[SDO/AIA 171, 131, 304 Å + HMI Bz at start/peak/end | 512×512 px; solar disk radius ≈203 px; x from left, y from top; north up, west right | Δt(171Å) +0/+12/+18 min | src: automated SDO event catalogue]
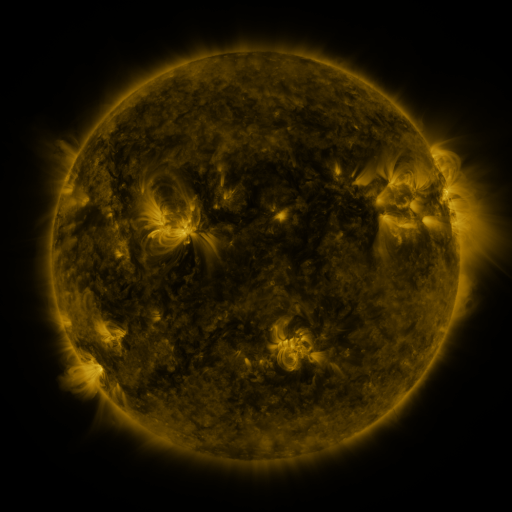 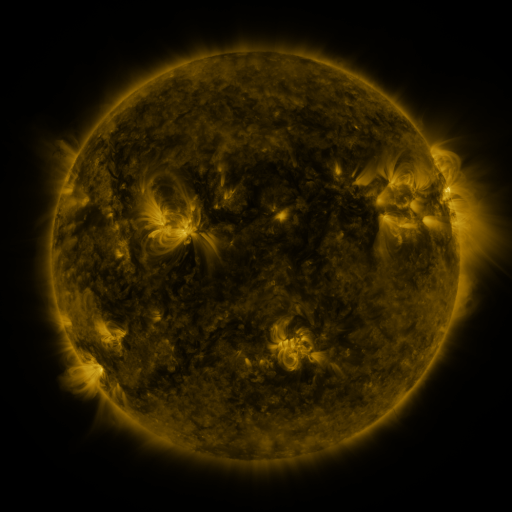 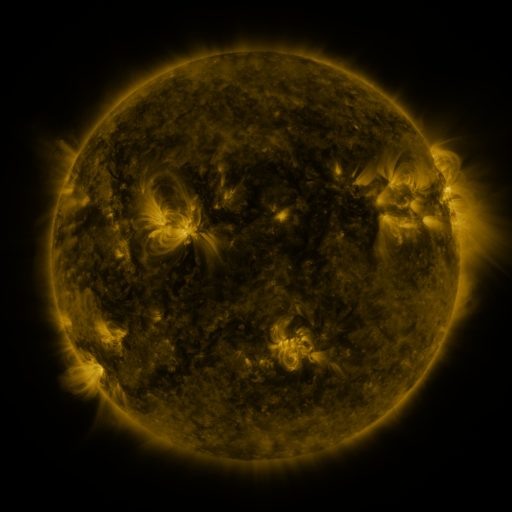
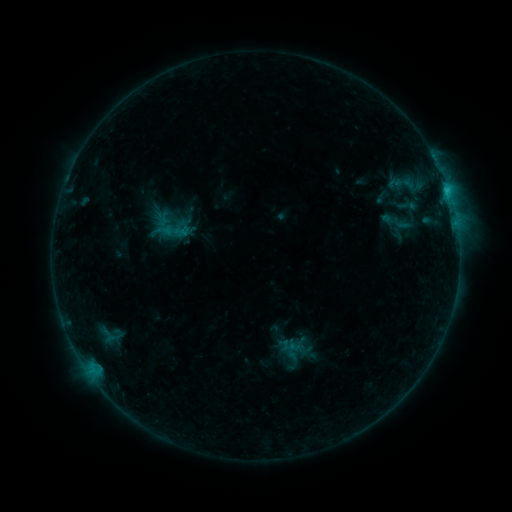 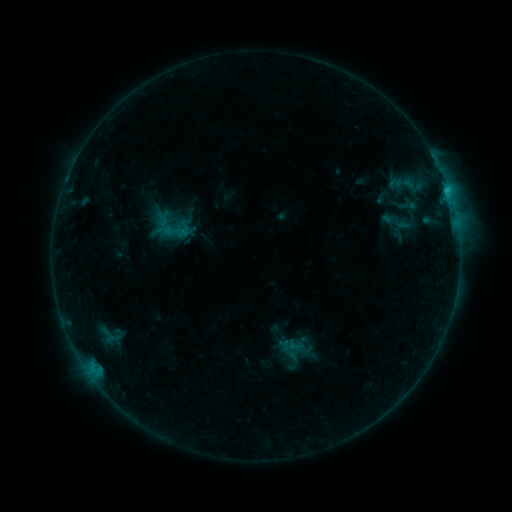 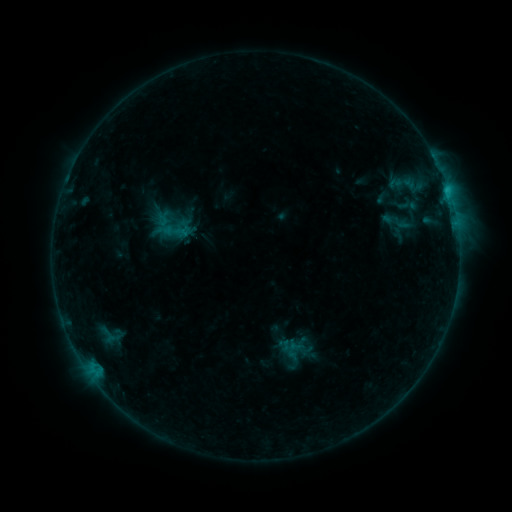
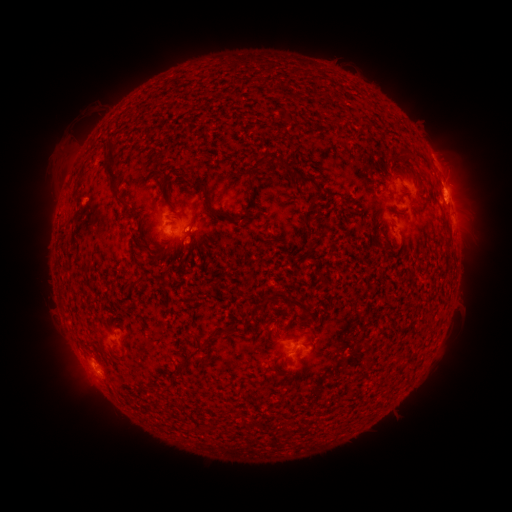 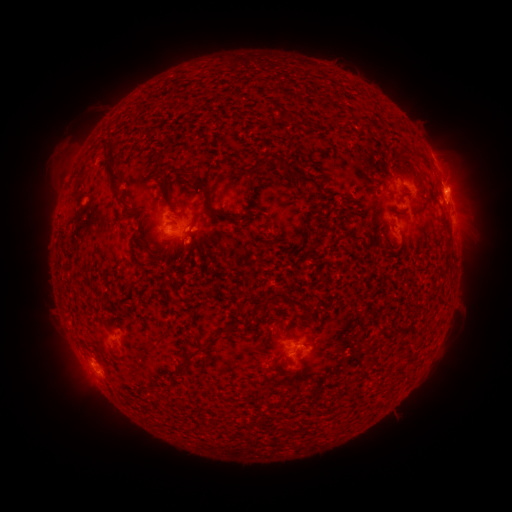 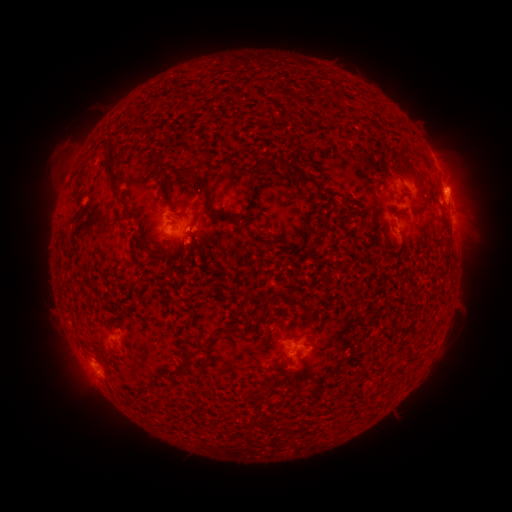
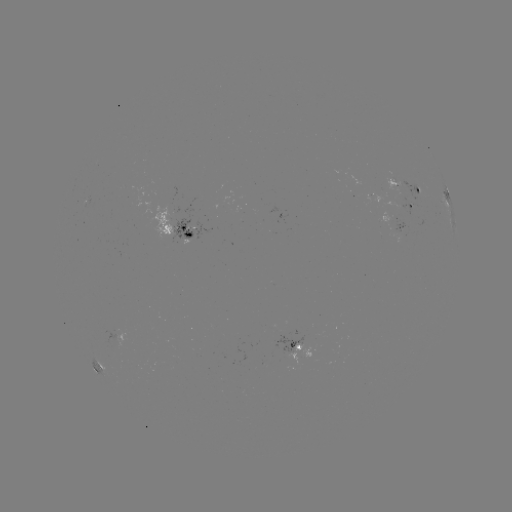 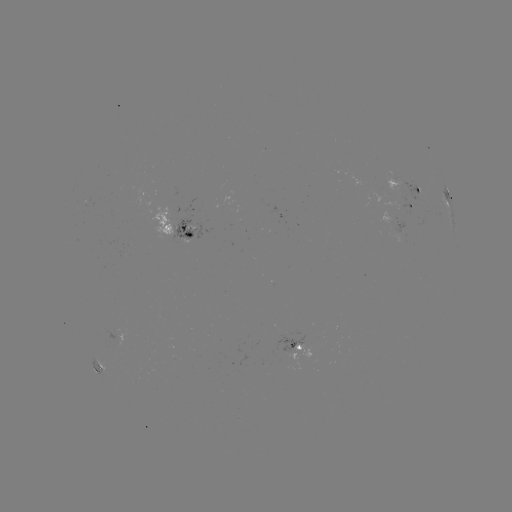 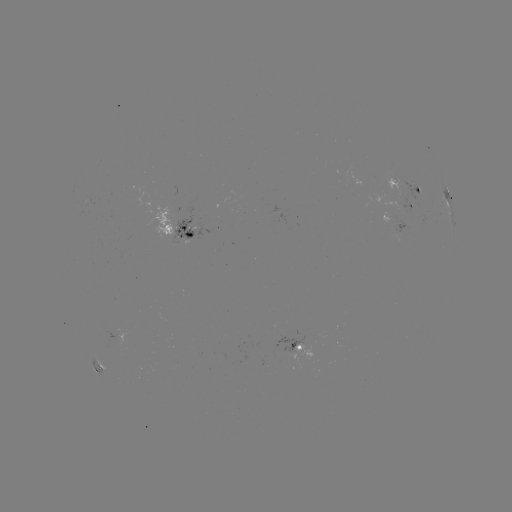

no flare in any classed list; no EUV-trigger detection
